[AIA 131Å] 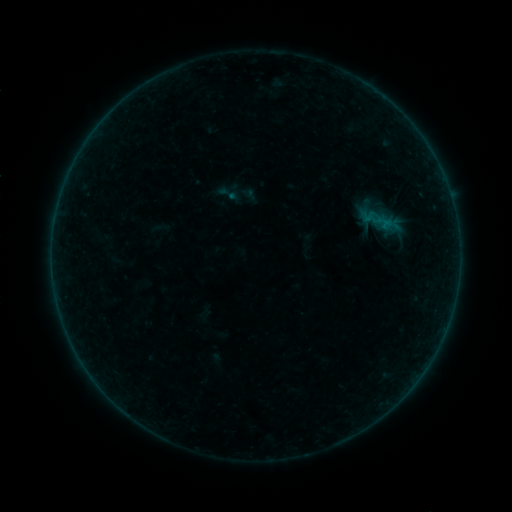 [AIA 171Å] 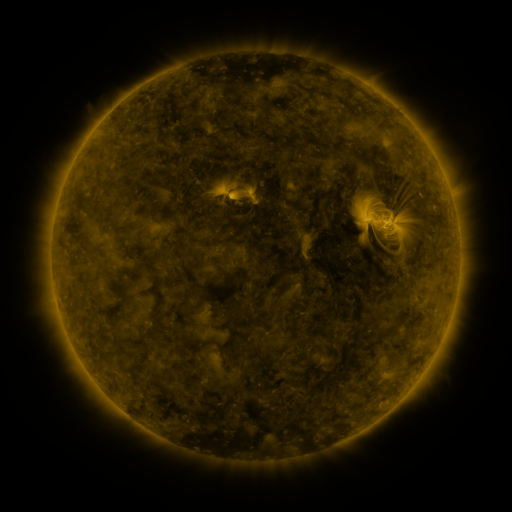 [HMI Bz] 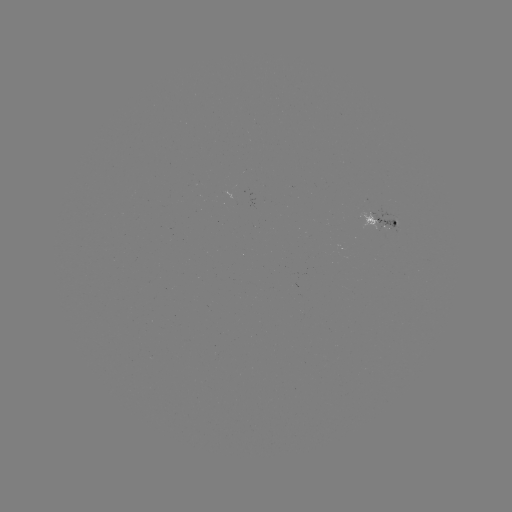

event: sigmoid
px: (228, 193)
